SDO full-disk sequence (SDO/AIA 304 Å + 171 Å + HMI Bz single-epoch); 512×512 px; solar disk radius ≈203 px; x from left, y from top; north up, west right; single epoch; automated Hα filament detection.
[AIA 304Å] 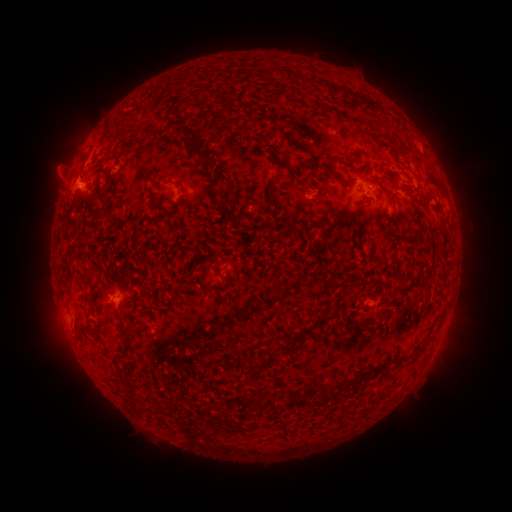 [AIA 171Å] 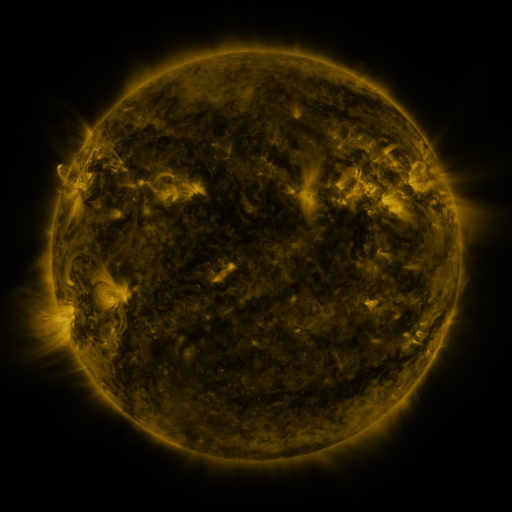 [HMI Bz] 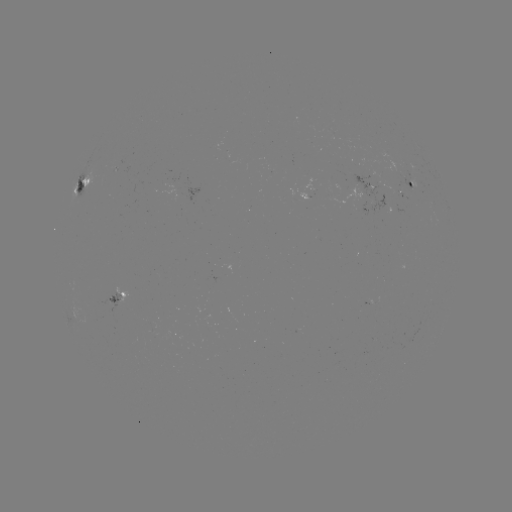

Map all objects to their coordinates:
filament: [324, 156, 339, 174]
filament: [344, 158, 357, 166]
filament: [333, 175, 356, 185]
filament: [421, 195, 434, 207]
filament: [197, 259, 208, 270]
filament: [295, 325, 313, 339]
filament: [287, 392, 297, 402]
filament: [252, 399, 263, 410]
